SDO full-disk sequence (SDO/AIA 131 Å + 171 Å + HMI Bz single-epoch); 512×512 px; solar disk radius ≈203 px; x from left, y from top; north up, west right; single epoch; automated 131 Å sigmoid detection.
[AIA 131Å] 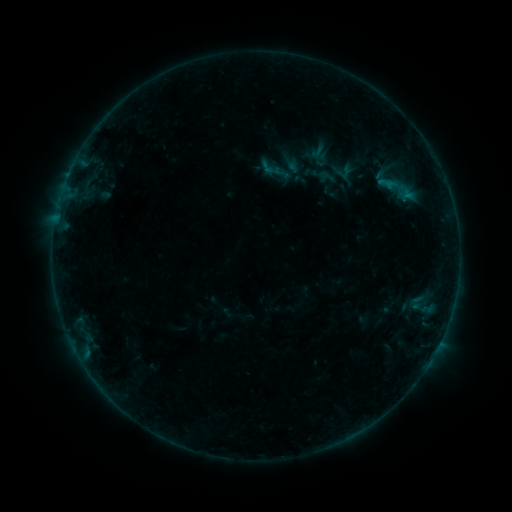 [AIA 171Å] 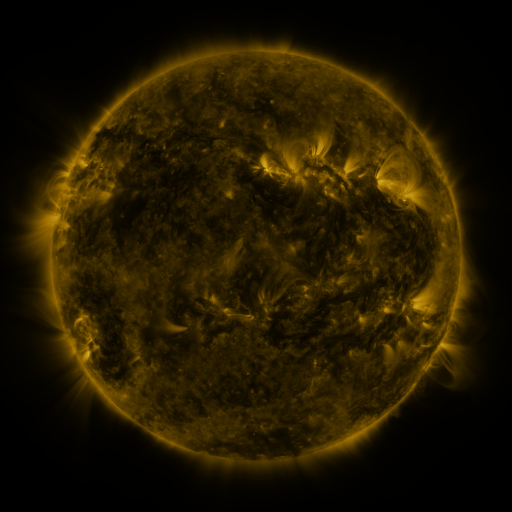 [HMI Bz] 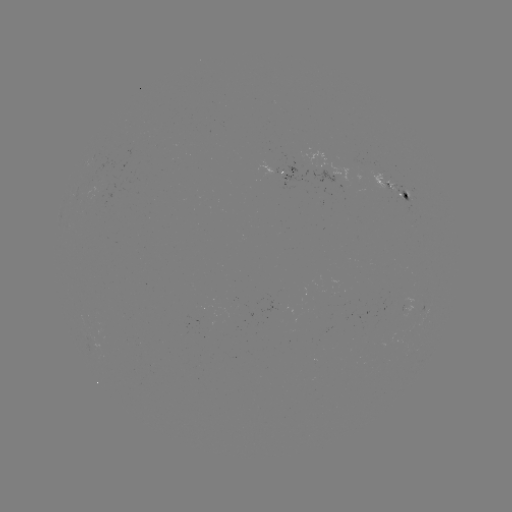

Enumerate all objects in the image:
sigmoid: <bbox>370, 164, 426, 214</bbox>
